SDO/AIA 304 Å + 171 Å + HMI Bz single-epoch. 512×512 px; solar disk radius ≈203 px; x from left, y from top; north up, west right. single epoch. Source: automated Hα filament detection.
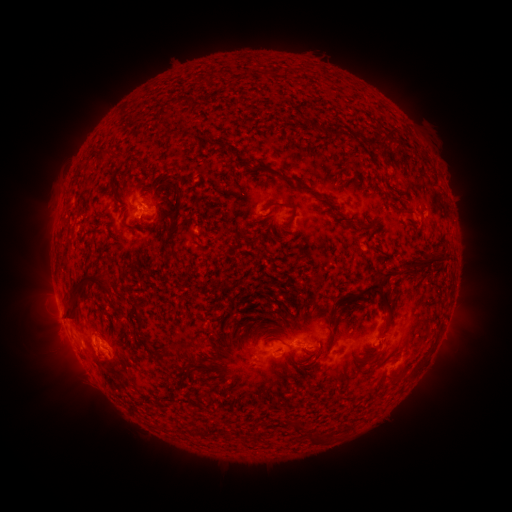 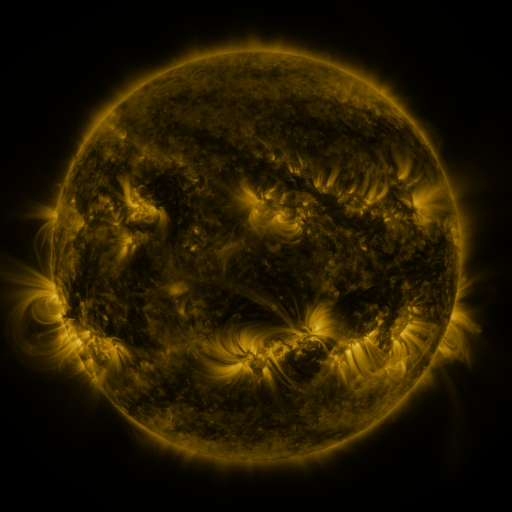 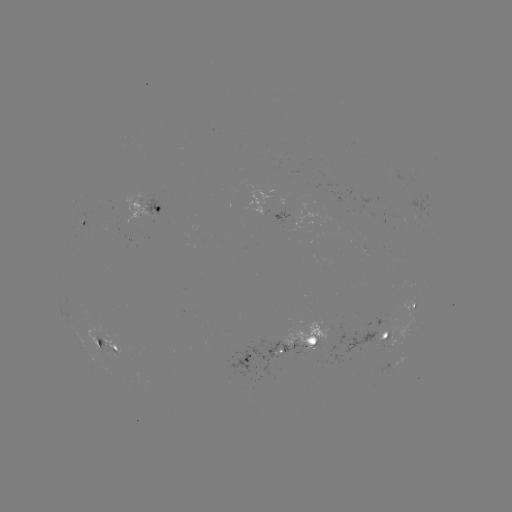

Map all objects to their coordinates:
filament: [333, 124, 345, 137]
filament: [389, 173, 395, 184]
filament: [279, 174, 313, 193]
filament: [260, 201, 298, 223]
filament: [121, 220, 133, 229]
filament: [411, 253, 446, 271]
filament: [66, 272, 109, 319]
filament: [357, 284, 392, 317]
filament: [131, 302, 142, 331]
filament: [314, 329, 334, 361]
filament: [266, 336, 284, 344]
filament: [176, 340, 191, 350]
filament: [154, 345, 166, 354]
filament: [359, 350, 384, 362]
filament: [291, 422, 300, 436]
